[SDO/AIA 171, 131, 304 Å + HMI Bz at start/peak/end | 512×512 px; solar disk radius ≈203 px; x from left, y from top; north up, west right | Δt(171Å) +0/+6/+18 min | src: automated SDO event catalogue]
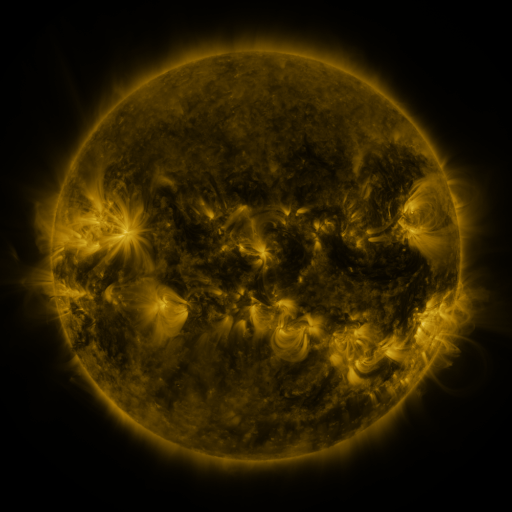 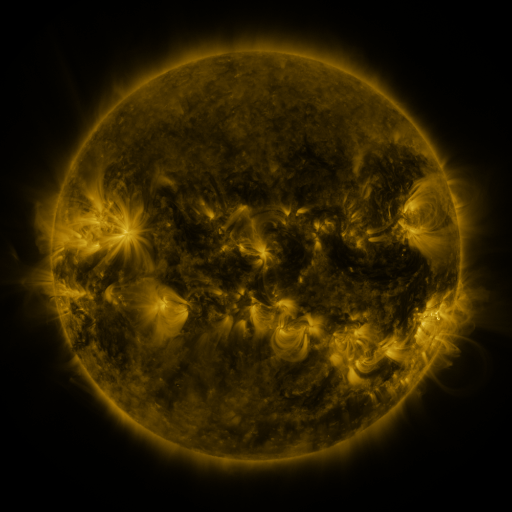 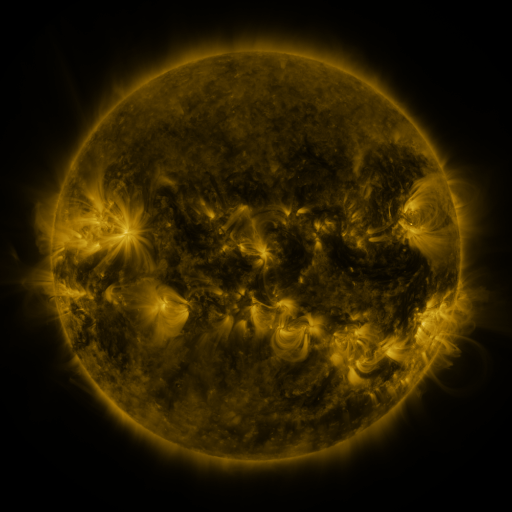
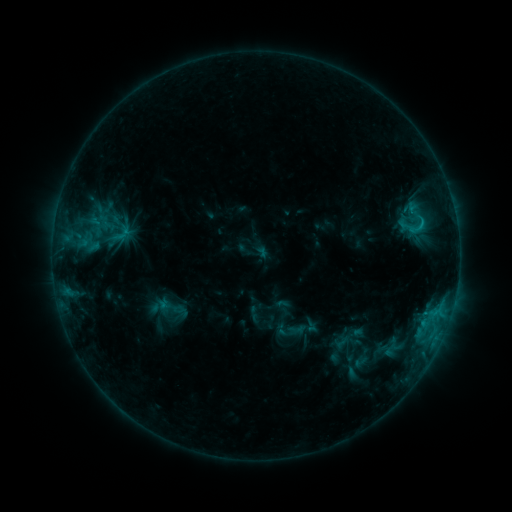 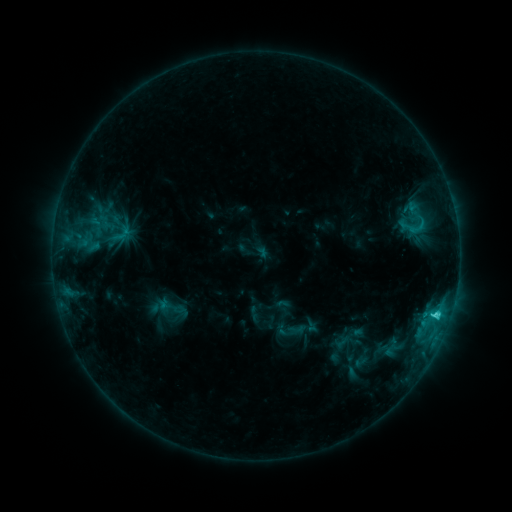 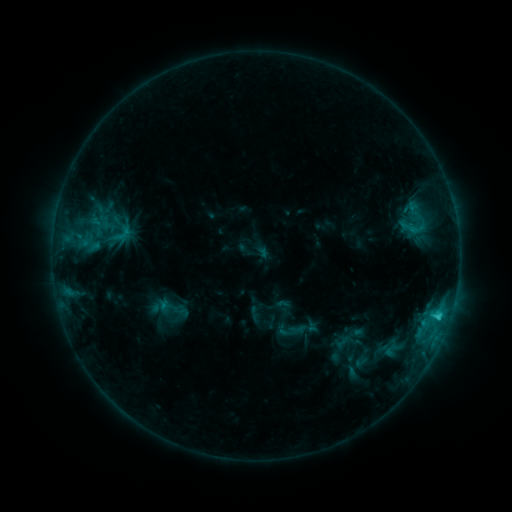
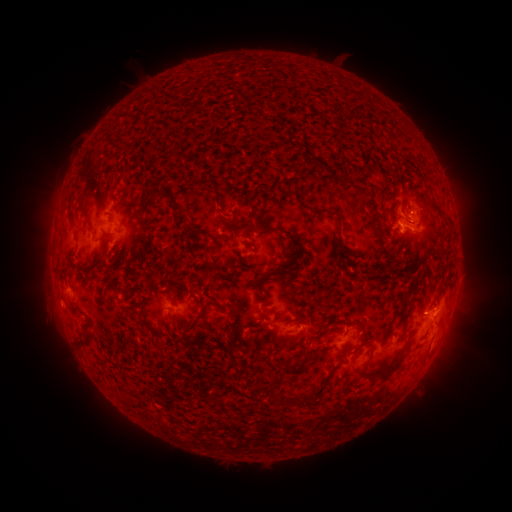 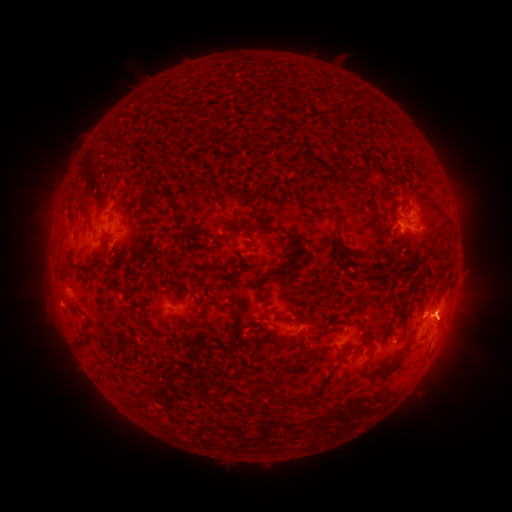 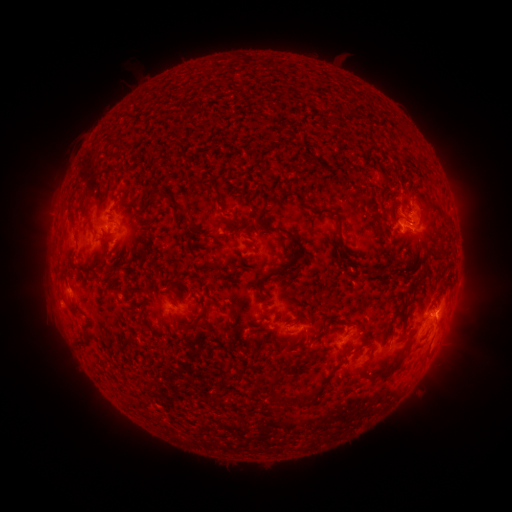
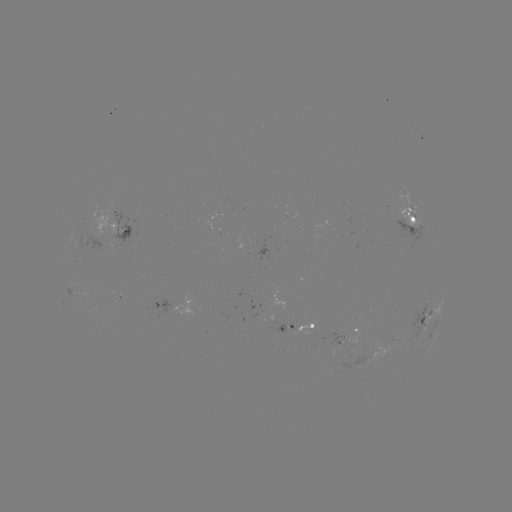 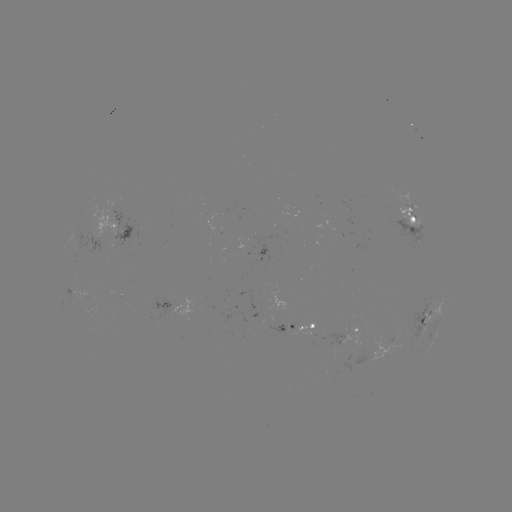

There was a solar flare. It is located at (436, 314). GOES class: C3.1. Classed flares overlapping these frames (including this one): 1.